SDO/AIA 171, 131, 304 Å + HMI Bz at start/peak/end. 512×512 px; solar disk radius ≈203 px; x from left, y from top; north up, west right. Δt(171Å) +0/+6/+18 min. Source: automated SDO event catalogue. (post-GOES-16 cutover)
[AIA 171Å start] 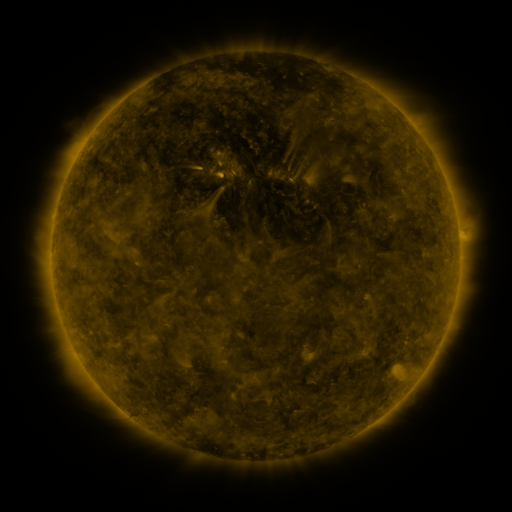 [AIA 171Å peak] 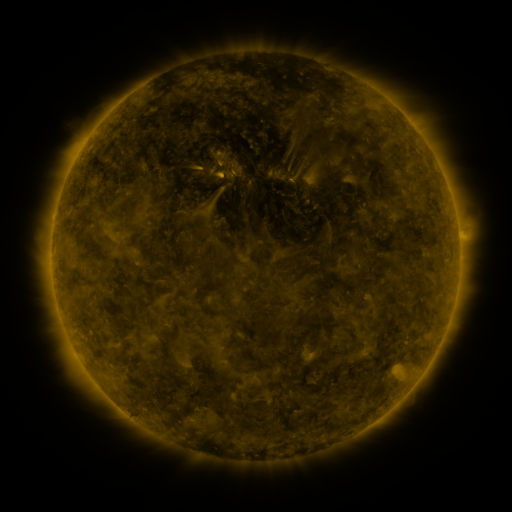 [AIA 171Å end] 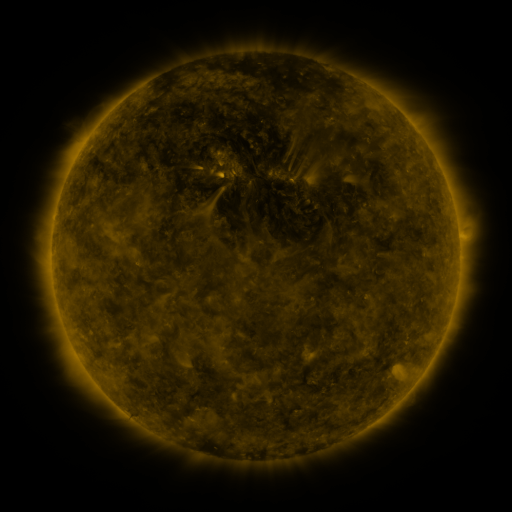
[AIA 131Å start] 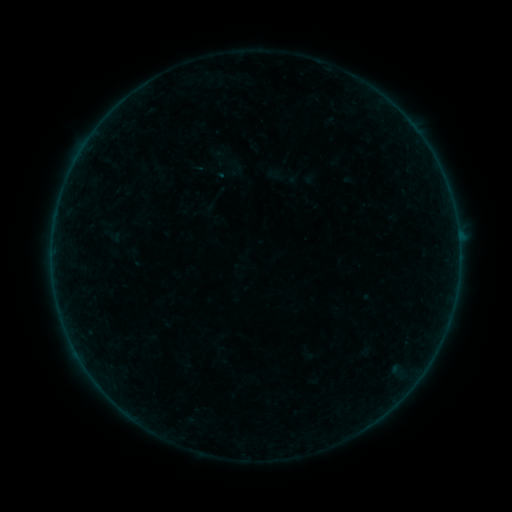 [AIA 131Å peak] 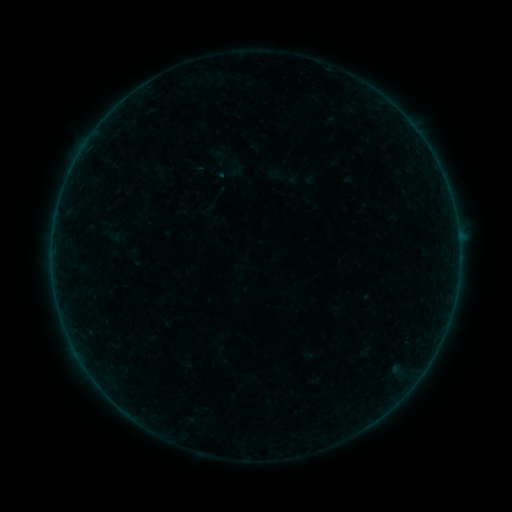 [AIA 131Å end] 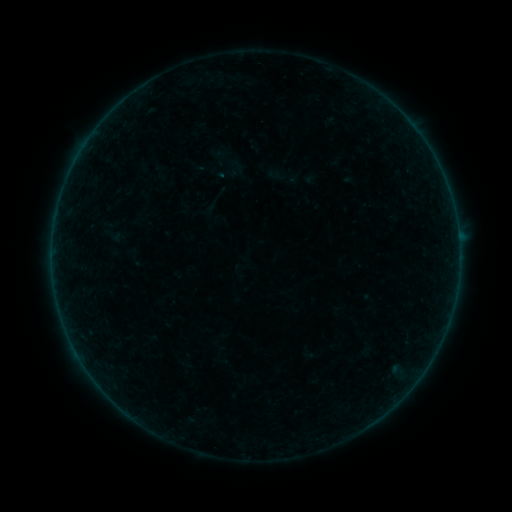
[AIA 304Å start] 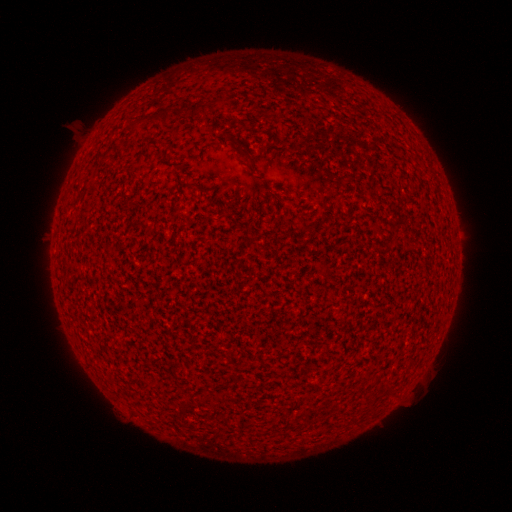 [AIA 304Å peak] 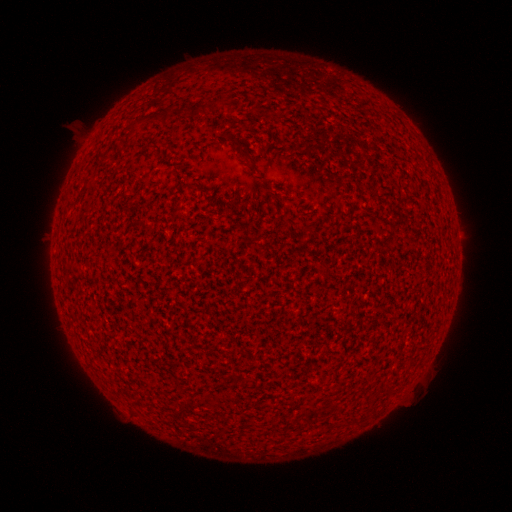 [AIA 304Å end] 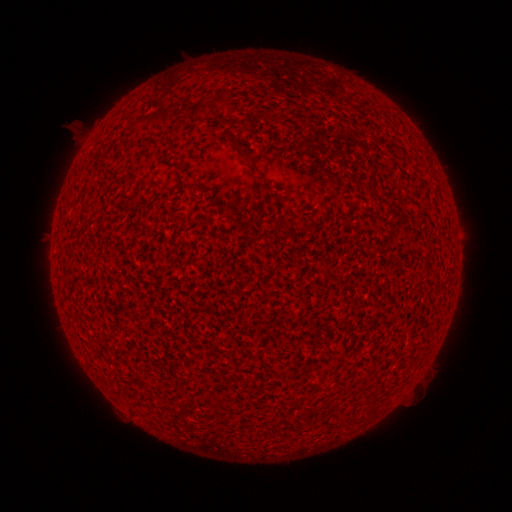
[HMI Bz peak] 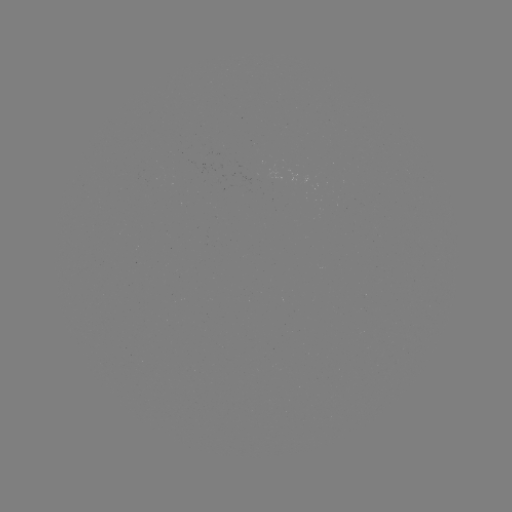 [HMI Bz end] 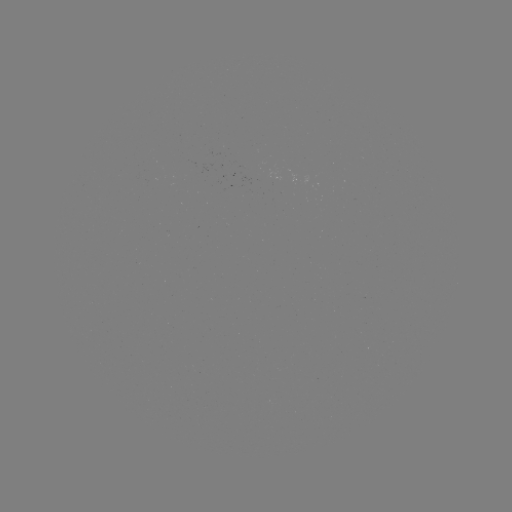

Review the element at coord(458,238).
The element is A2.2 flare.